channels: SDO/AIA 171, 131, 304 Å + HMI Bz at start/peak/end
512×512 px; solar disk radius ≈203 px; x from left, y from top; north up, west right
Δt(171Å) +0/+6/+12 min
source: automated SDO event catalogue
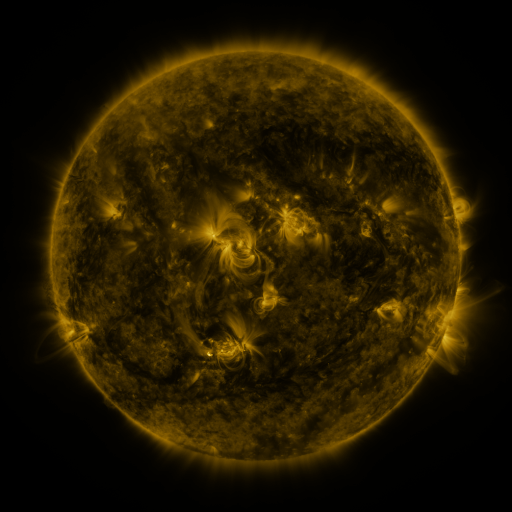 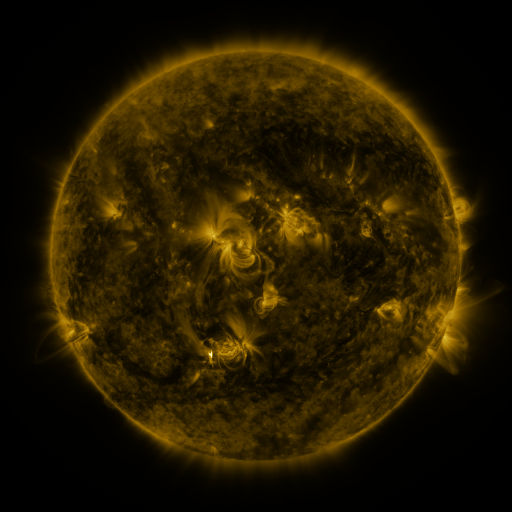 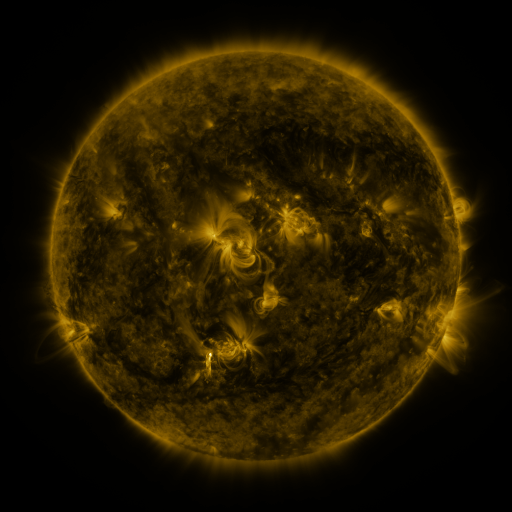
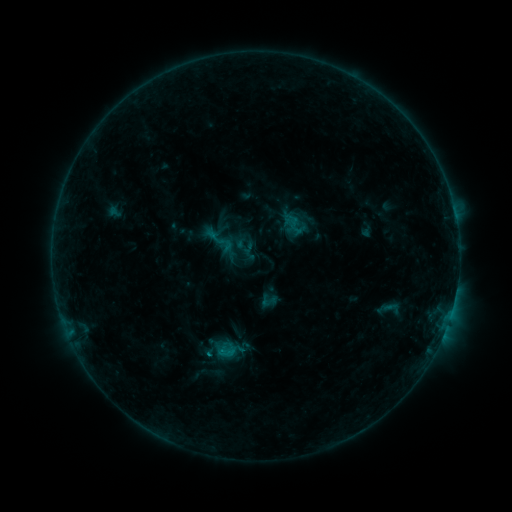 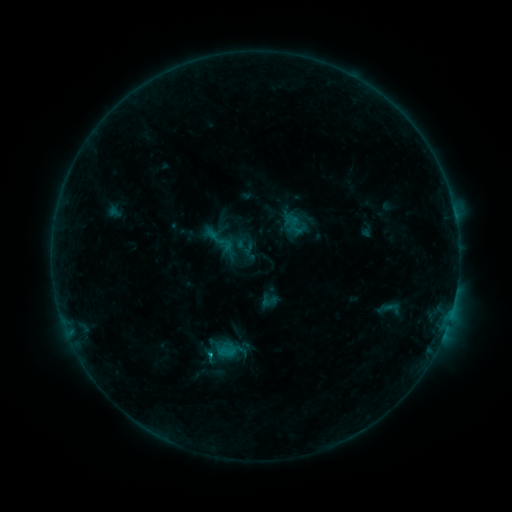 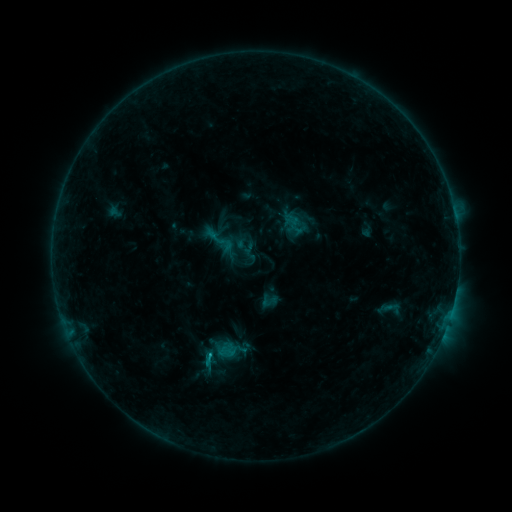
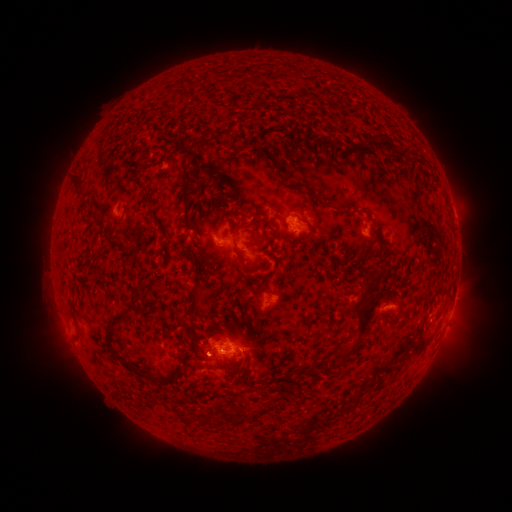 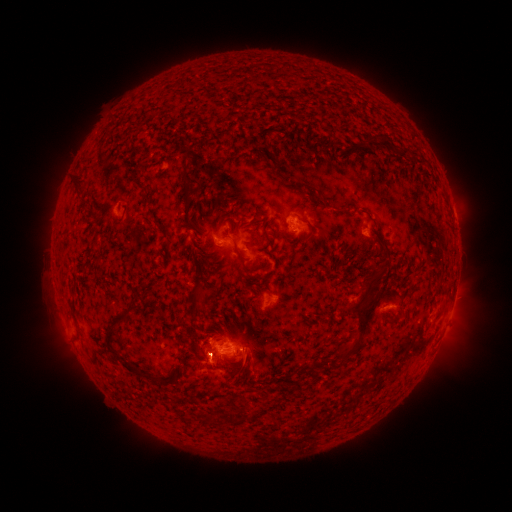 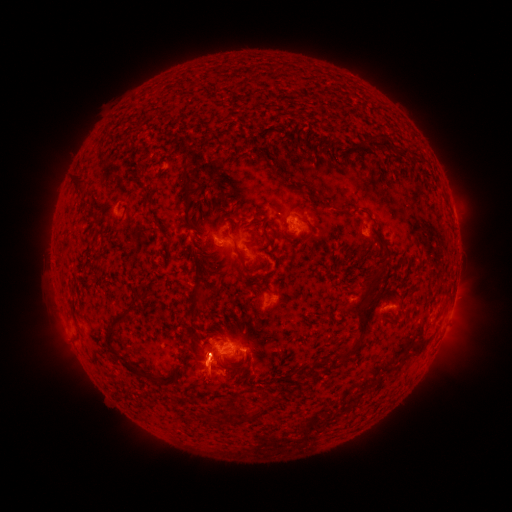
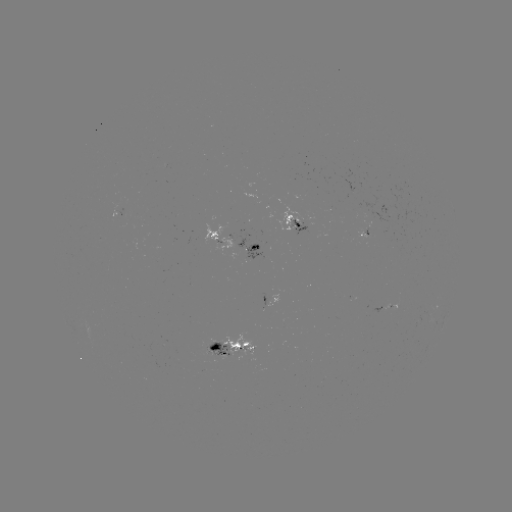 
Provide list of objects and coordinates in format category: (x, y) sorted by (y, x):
B6.3 flare: (210, 354)
